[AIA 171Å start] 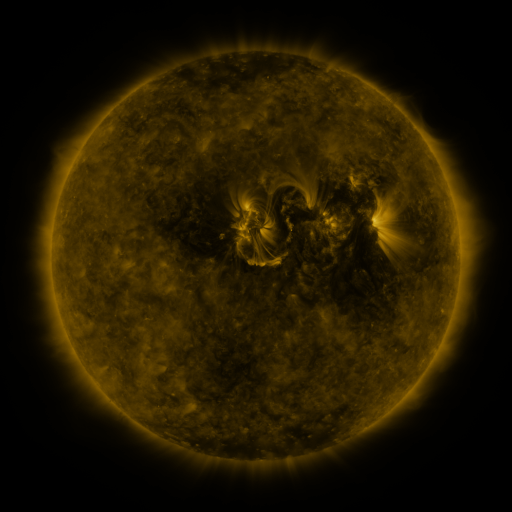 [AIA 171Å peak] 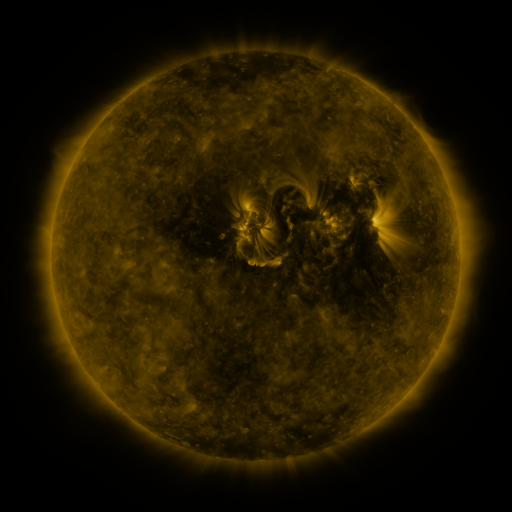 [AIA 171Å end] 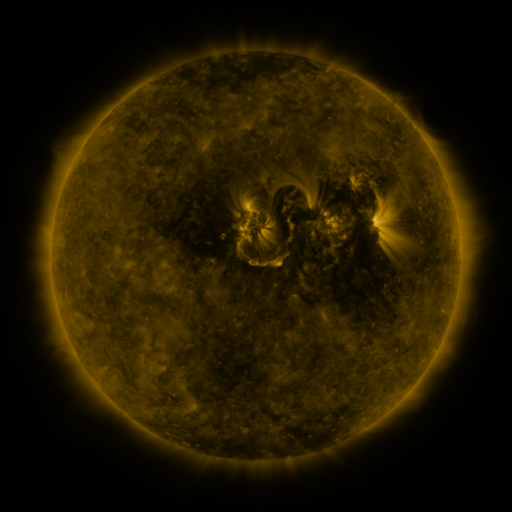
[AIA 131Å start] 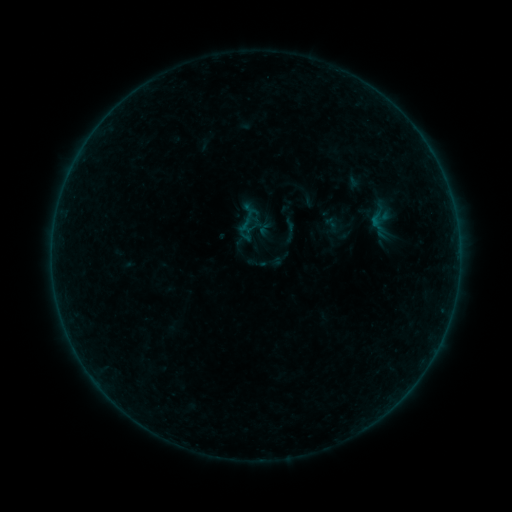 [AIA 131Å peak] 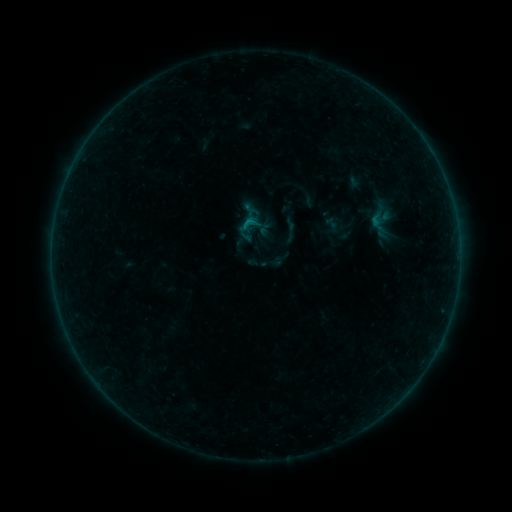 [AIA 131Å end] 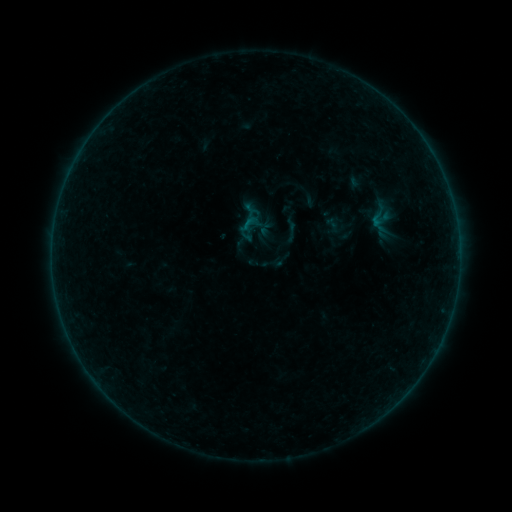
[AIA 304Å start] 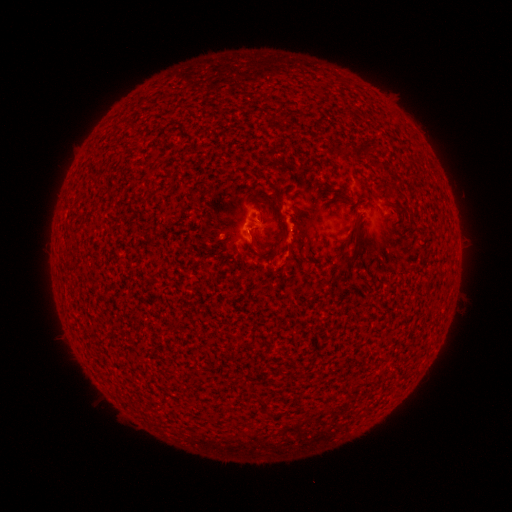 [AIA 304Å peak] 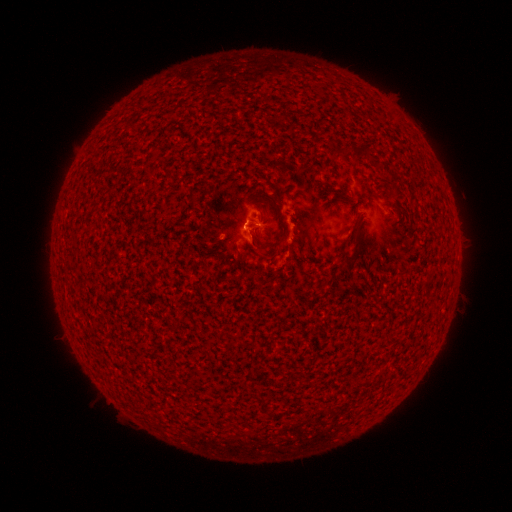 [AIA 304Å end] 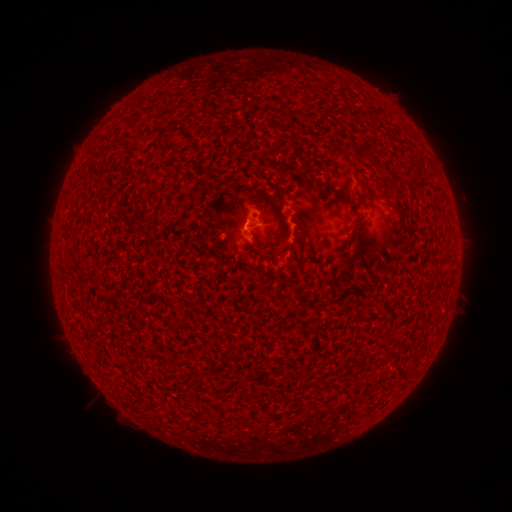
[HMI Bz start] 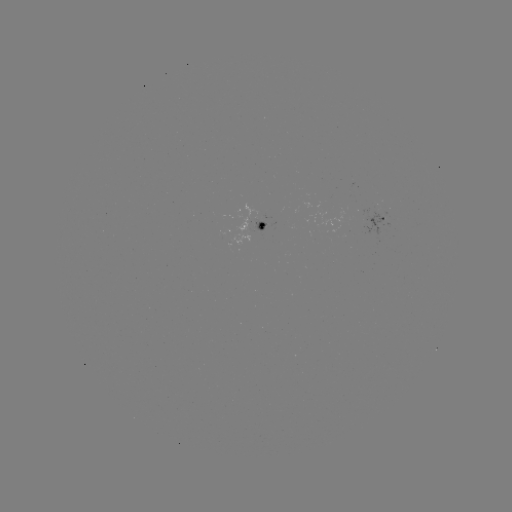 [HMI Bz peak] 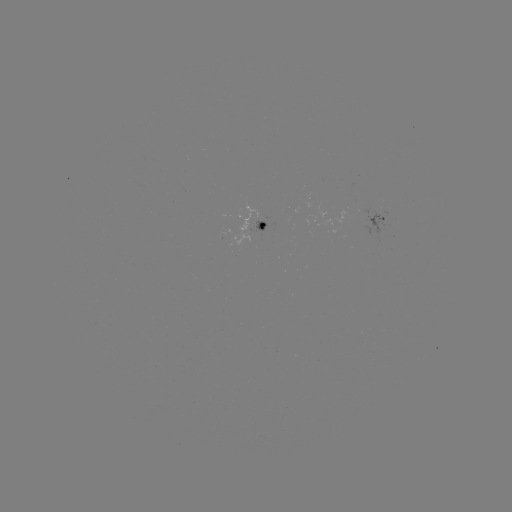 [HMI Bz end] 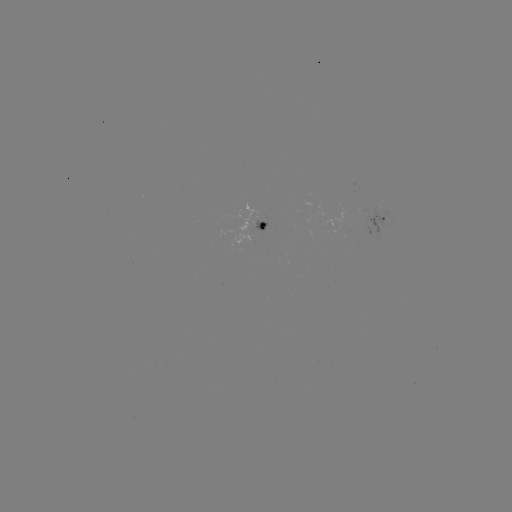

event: flare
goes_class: B3.7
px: (248, 224)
